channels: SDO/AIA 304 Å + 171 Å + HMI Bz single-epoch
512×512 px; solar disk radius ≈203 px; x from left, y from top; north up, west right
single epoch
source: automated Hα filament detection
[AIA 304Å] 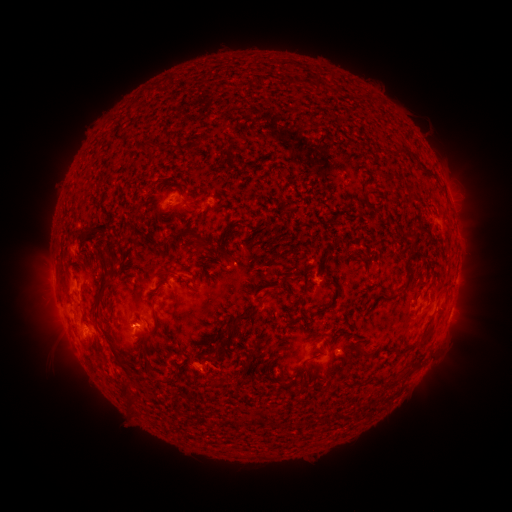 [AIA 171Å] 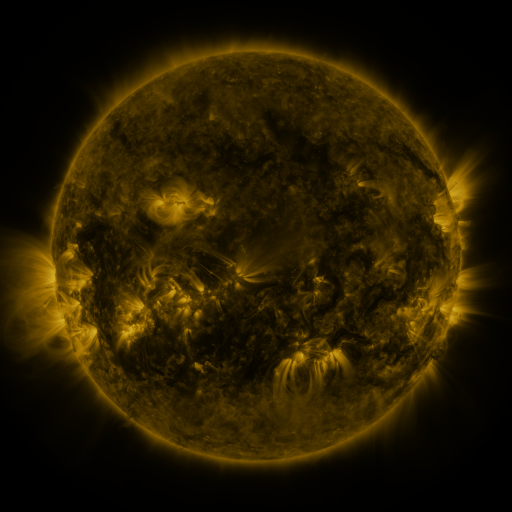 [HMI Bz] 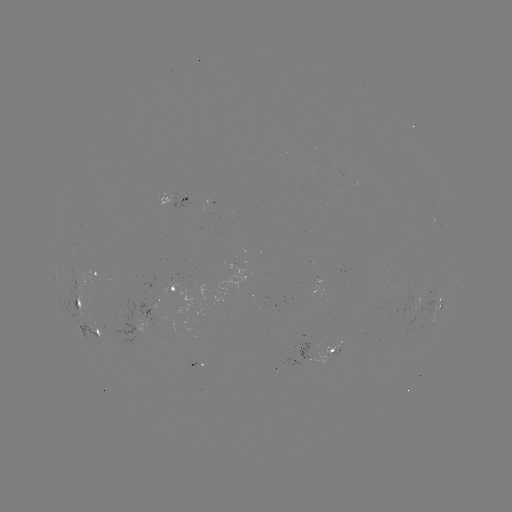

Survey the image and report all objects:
filament: (310, 85, 327, 96)
filament: (337, 91, 346, 106)
filament: (199, 129, 222, 146)
filament: (179, 132, 189, 140)
filament: (405, 170, 423, 179)
filament: (370, 202, 377, 219)
filament: (195, 223, 210, 246)
filament: (108, 229, 116, 238)
filament: (221, 242, 229, 252)
filament: (159, 254, 170, 262)
filament: (84, 255, 114, 313)
filament: (198, 260, 206, 272)
filament: (151, 267, 162, 274)
filament: (138, 279, 152, 318)
filament: (215, 305, 252, 326)
filament: (96, 318, 127, 370)
filament: (197, 326, 218, 346)
filament: (227, 354, 237, 364)
filament: (406, 356, 416, 367)
filament: (101, 358, 116, 391)
